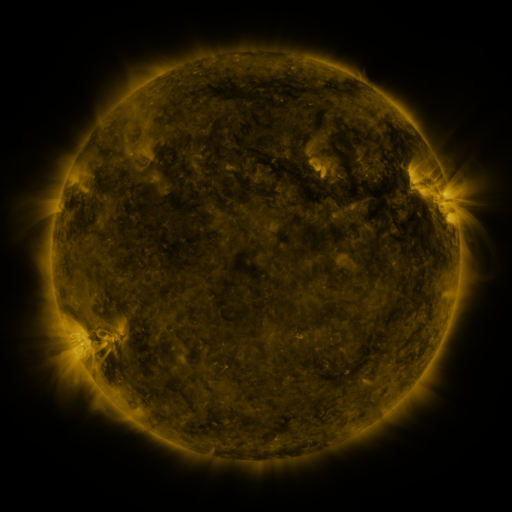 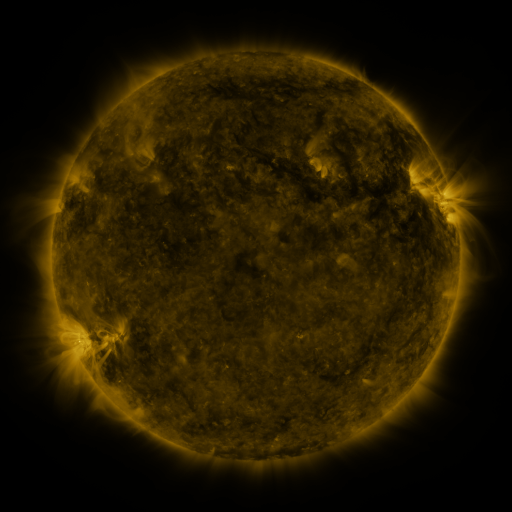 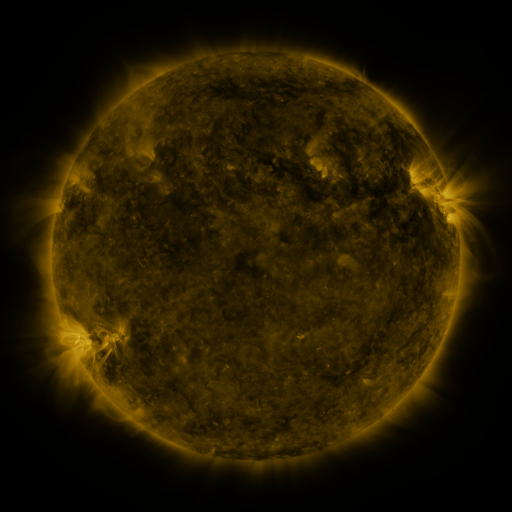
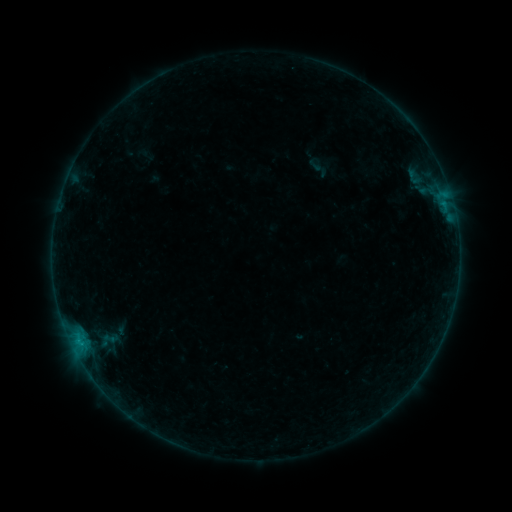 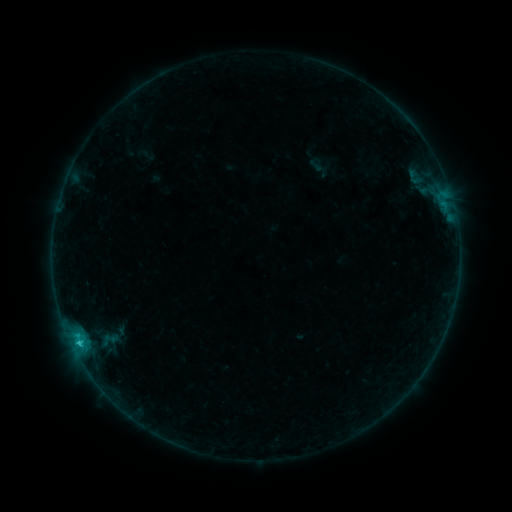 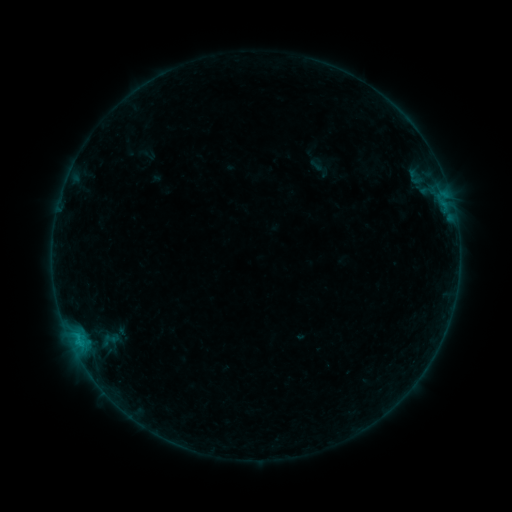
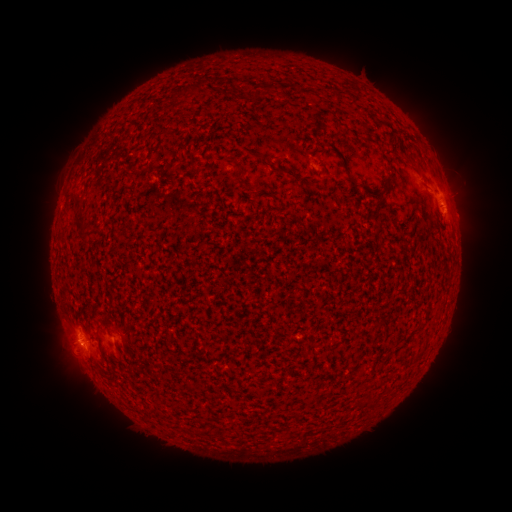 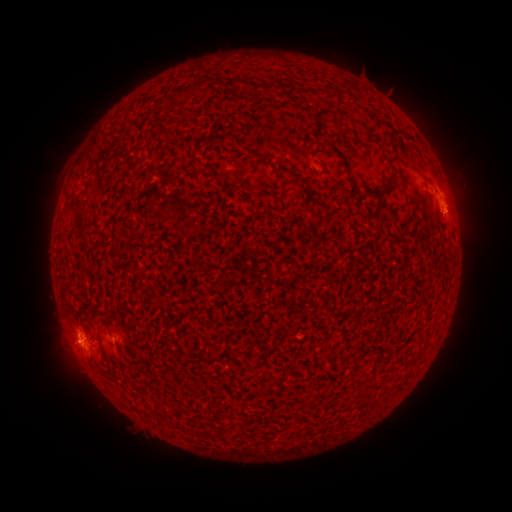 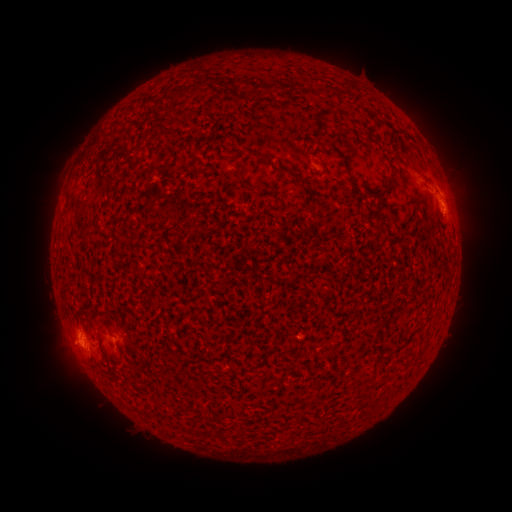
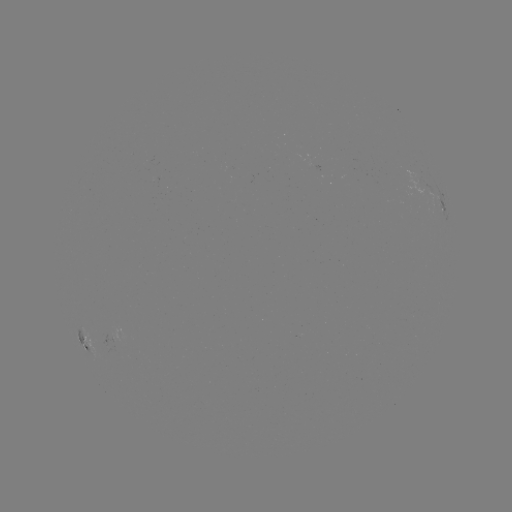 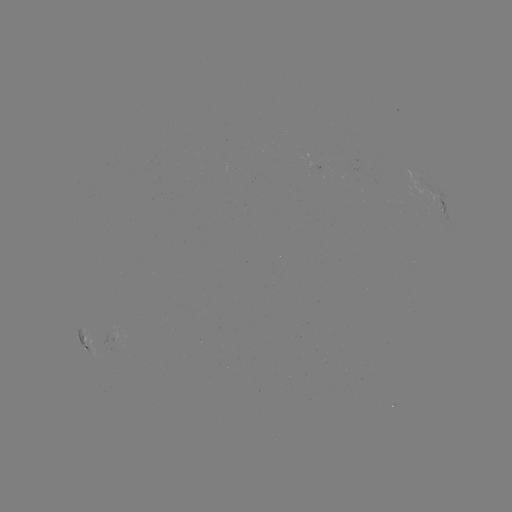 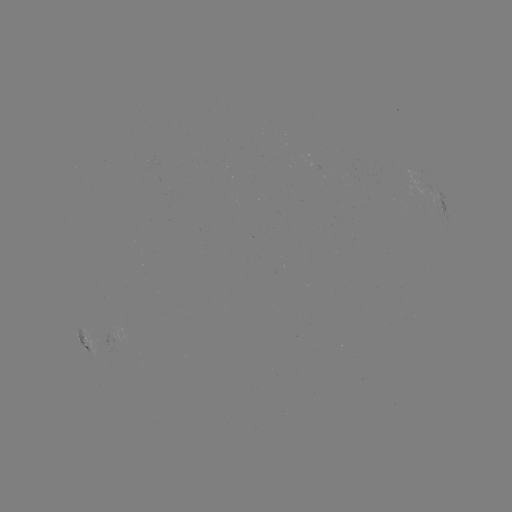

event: flare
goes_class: B8.0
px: (81, 340)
